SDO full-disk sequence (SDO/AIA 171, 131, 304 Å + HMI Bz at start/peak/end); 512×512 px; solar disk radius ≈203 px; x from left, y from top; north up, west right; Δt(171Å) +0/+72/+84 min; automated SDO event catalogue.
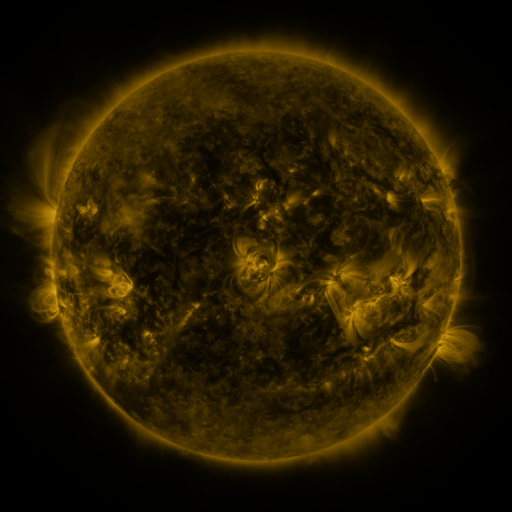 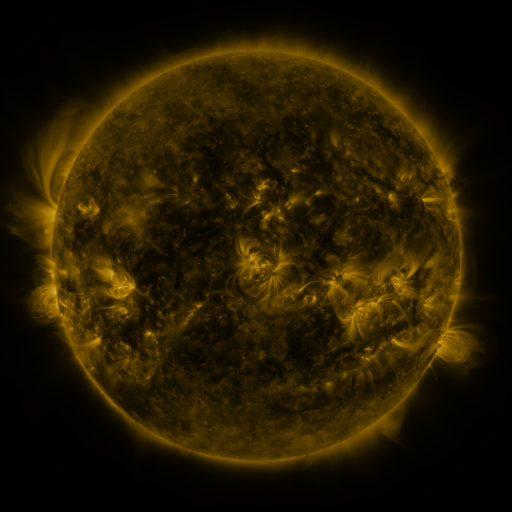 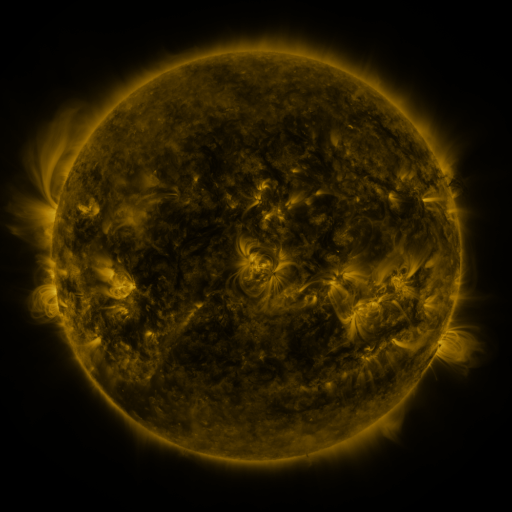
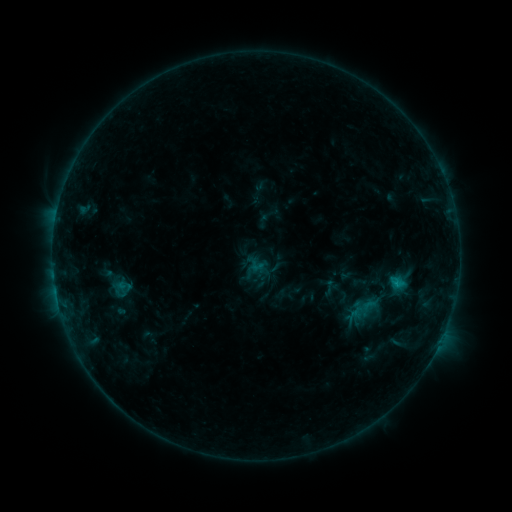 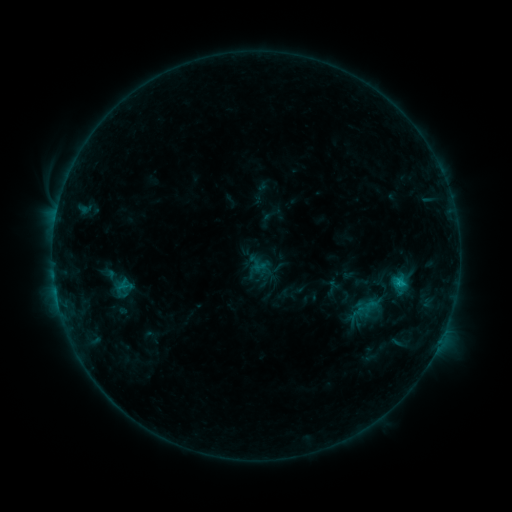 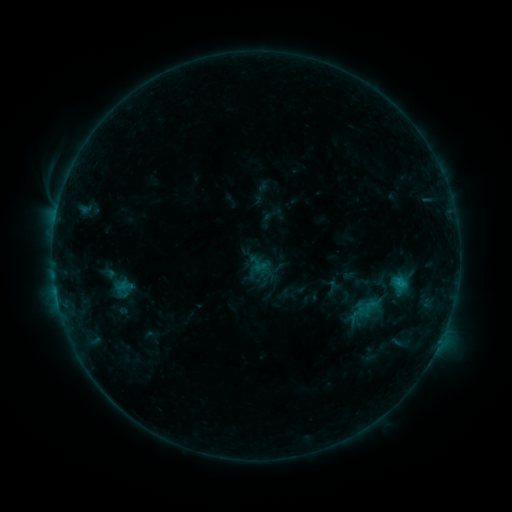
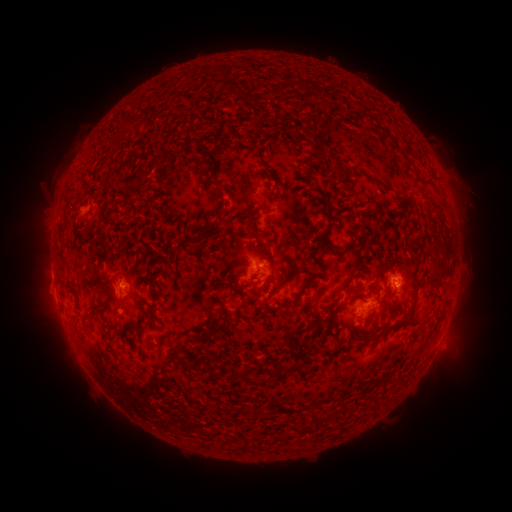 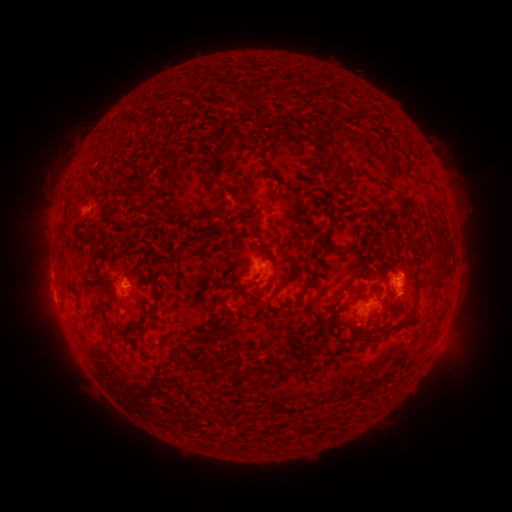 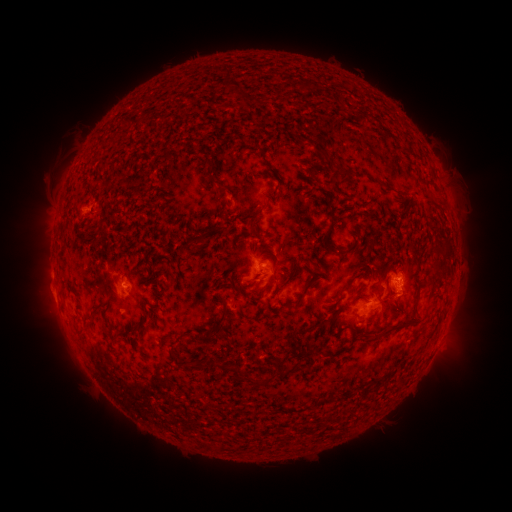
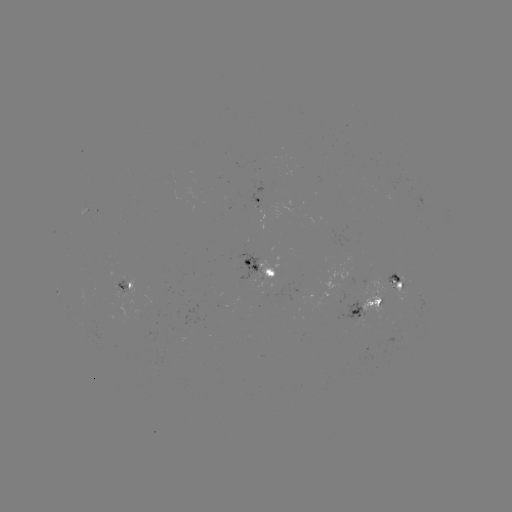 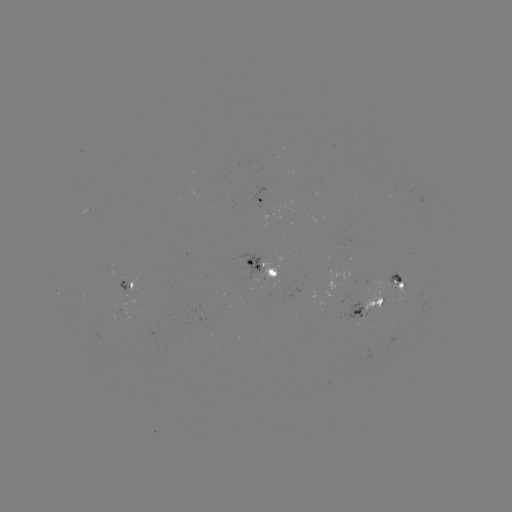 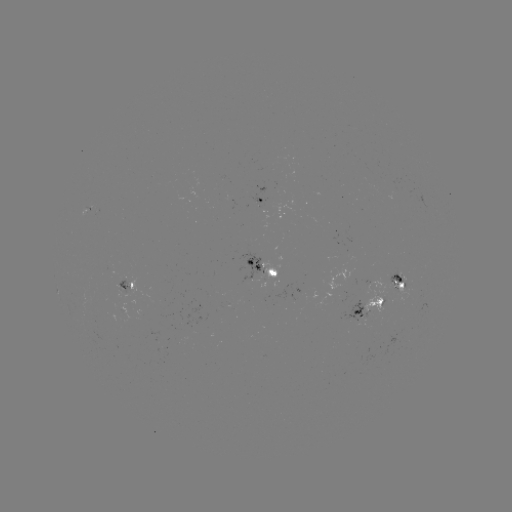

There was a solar emerging-flux region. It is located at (251, 273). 